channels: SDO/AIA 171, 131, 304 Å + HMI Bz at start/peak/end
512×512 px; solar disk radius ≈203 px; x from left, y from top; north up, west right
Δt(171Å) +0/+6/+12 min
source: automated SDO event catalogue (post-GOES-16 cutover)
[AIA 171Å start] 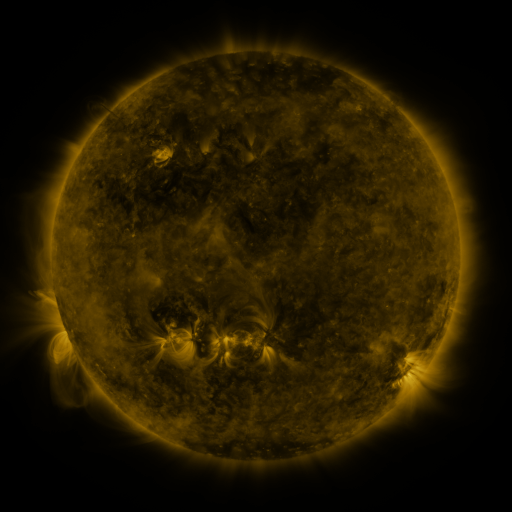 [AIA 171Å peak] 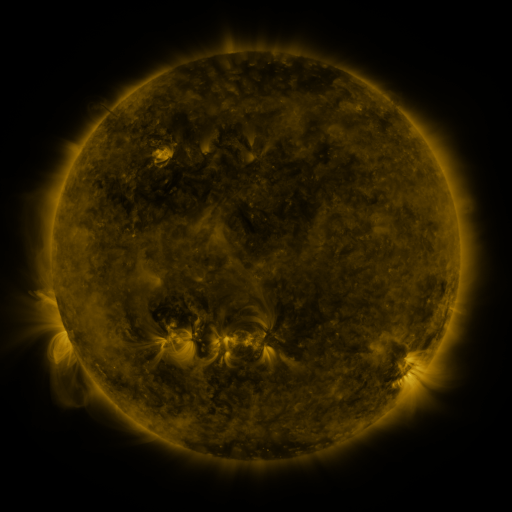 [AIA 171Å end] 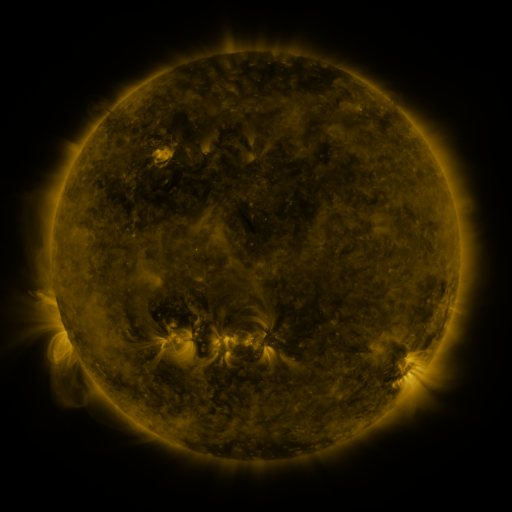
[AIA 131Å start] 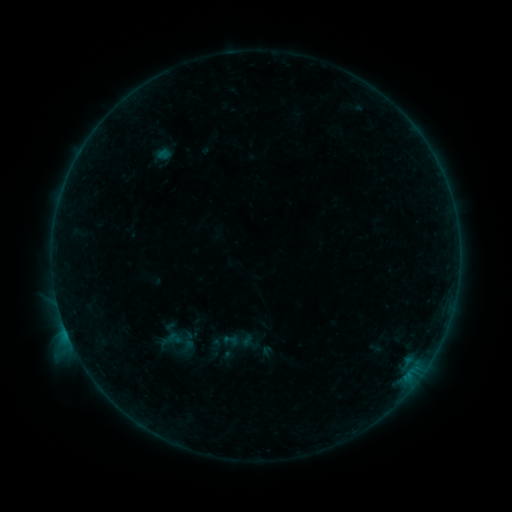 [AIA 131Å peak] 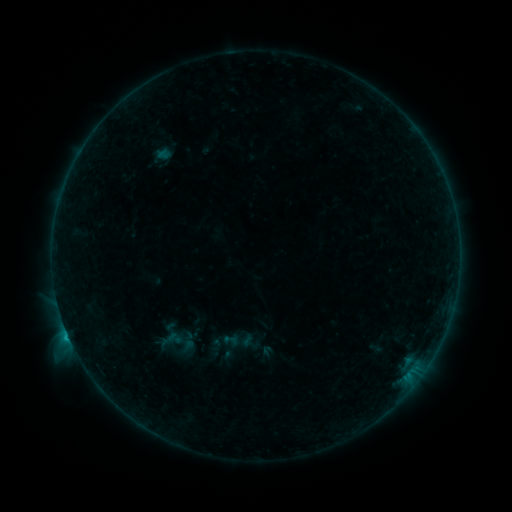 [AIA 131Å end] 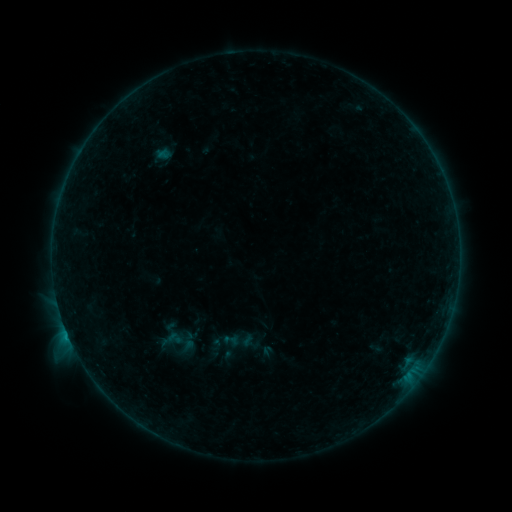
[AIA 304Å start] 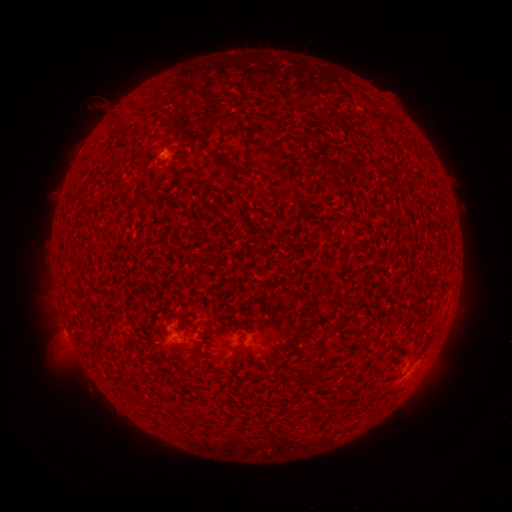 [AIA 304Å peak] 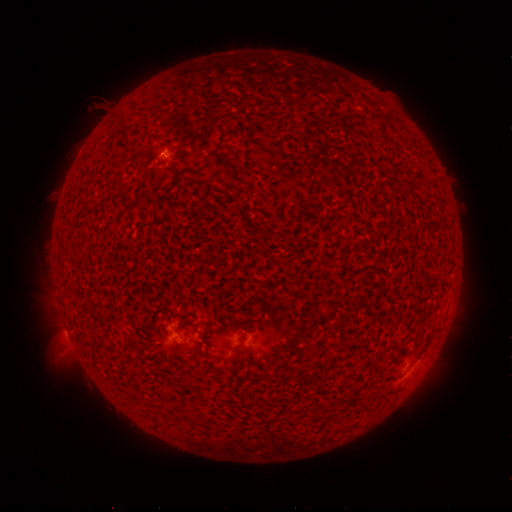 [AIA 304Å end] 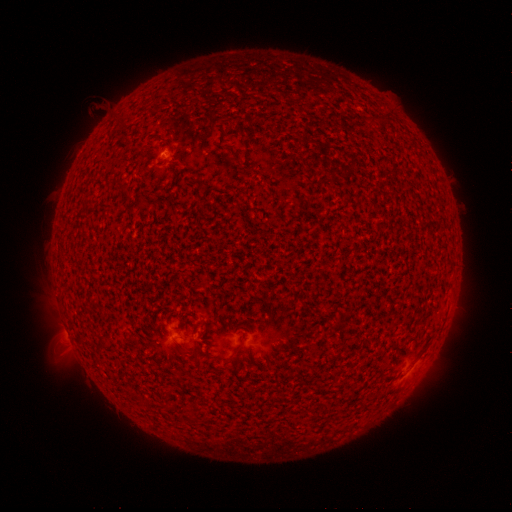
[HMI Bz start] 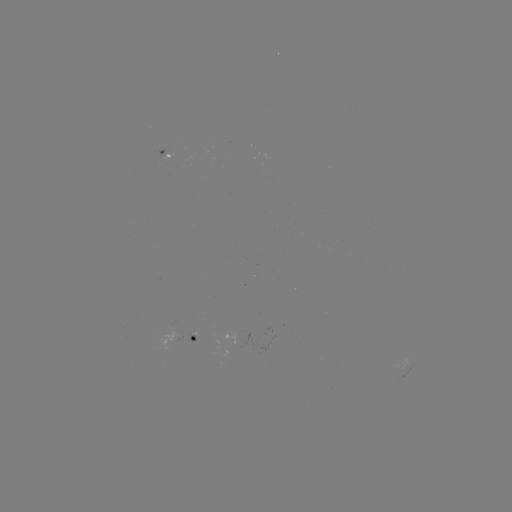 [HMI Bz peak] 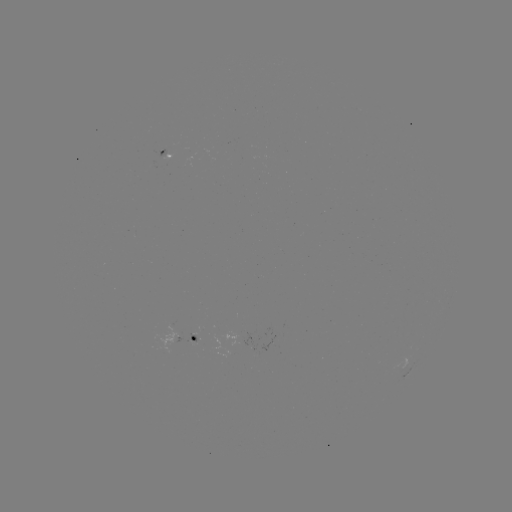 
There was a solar flare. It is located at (69, 335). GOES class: B5.8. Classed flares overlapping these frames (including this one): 1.